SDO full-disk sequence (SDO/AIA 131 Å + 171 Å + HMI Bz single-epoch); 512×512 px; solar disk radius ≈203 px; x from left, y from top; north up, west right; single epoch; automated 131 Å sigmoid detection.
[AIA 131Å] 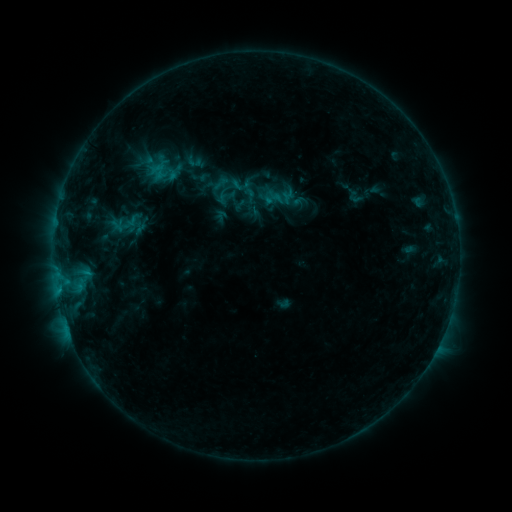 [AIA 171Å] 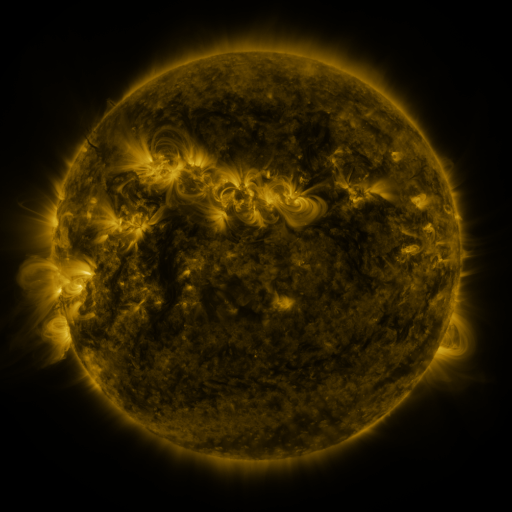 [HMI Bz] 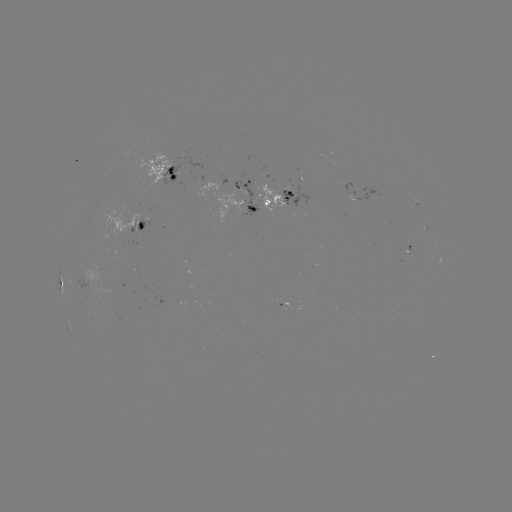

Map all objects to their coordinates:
sigmoid: (229, 189)
sigmoid: (251, 196)
